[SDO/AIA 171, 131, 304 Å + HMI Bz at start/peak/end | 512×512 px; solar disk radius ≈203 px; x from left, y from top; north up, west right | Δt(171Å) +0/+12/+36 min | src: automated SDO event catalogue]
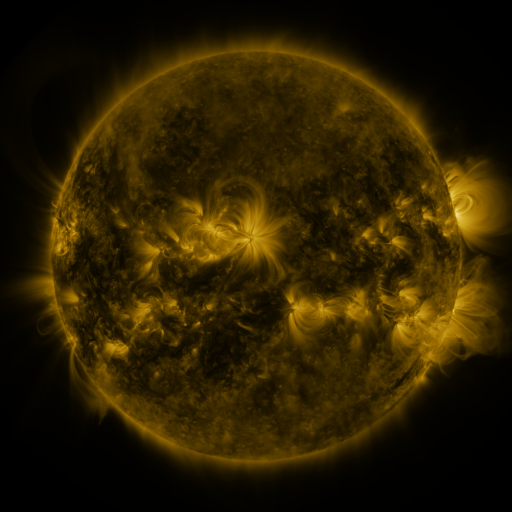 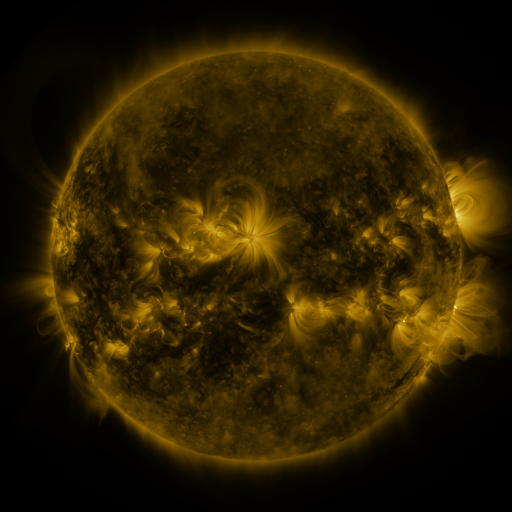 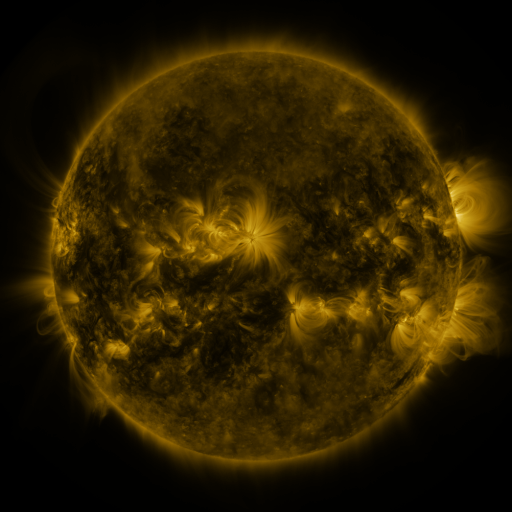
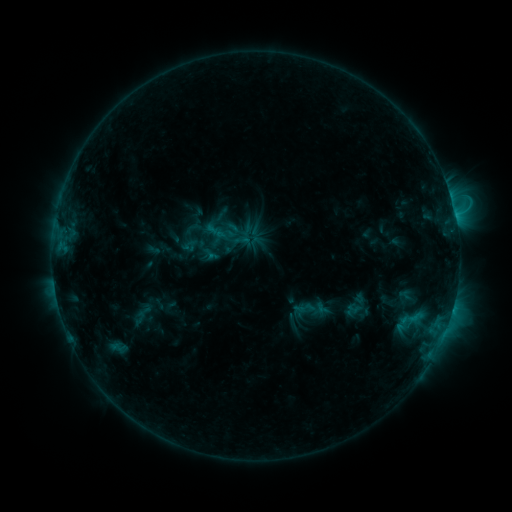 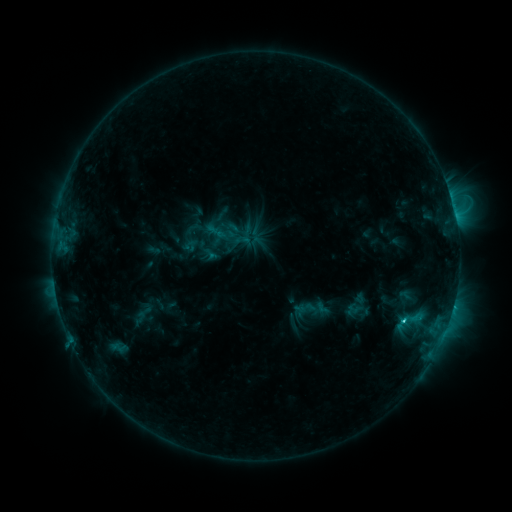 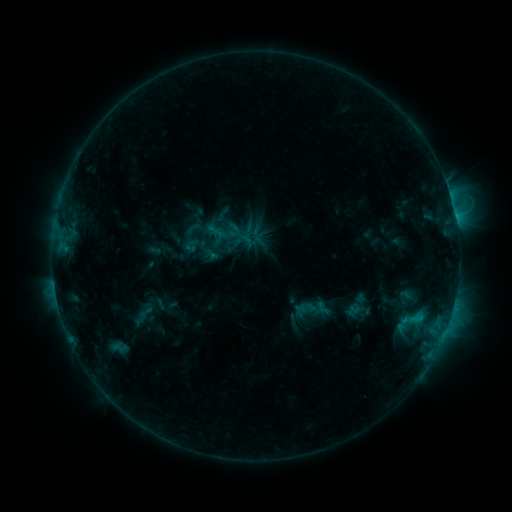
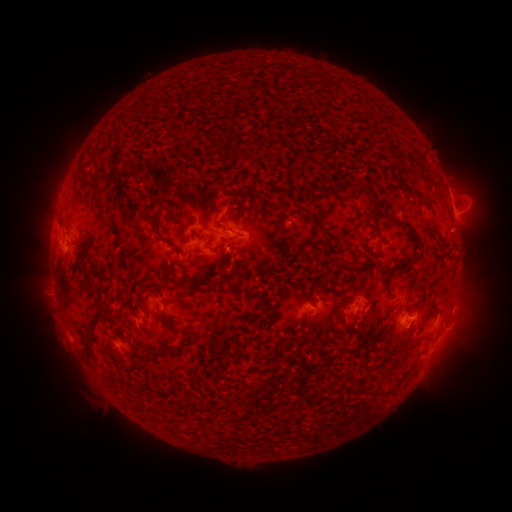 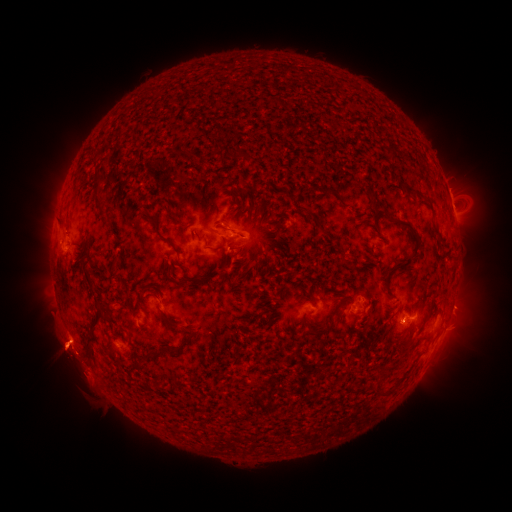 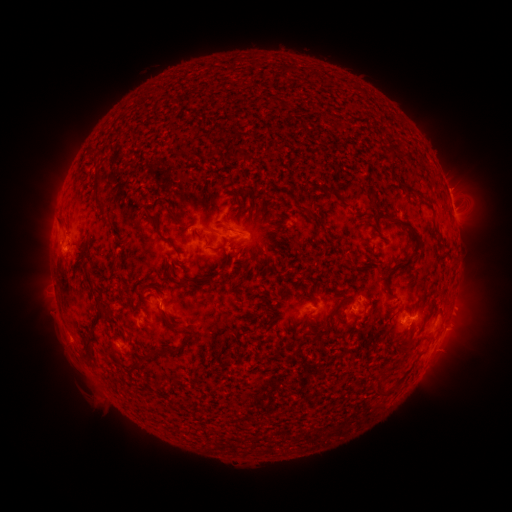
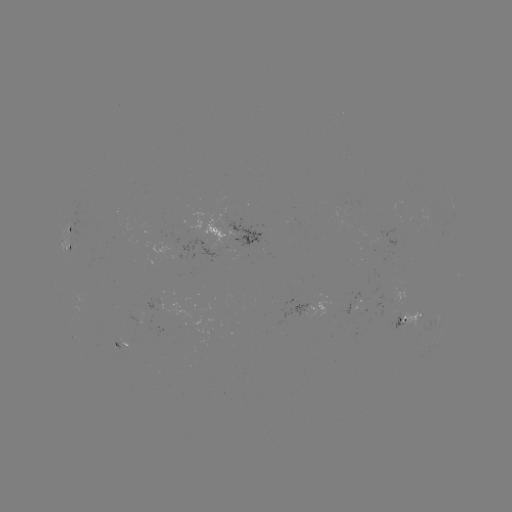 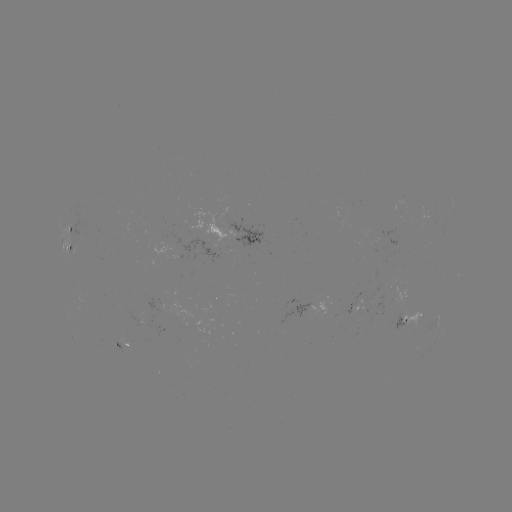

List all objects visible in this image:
C1.8 flare: (403, 318)
